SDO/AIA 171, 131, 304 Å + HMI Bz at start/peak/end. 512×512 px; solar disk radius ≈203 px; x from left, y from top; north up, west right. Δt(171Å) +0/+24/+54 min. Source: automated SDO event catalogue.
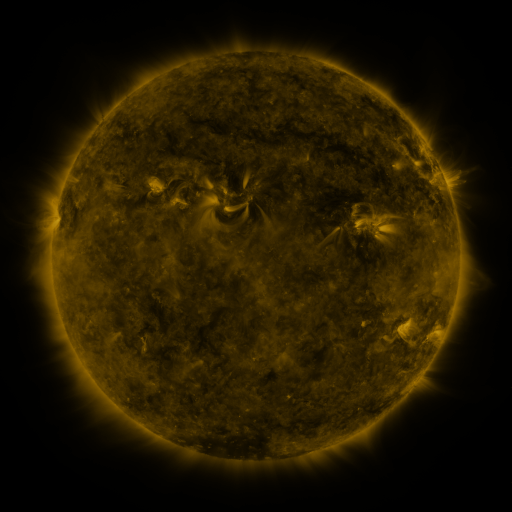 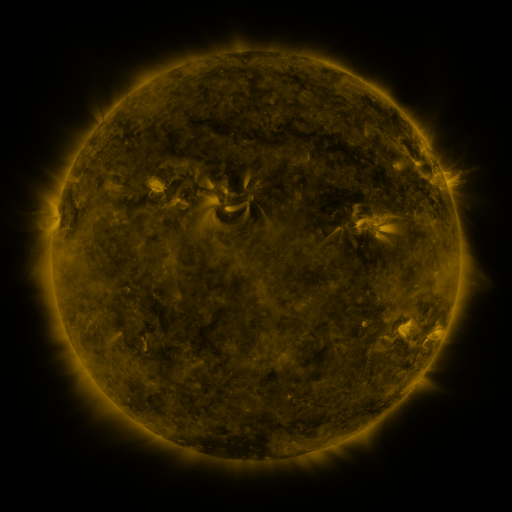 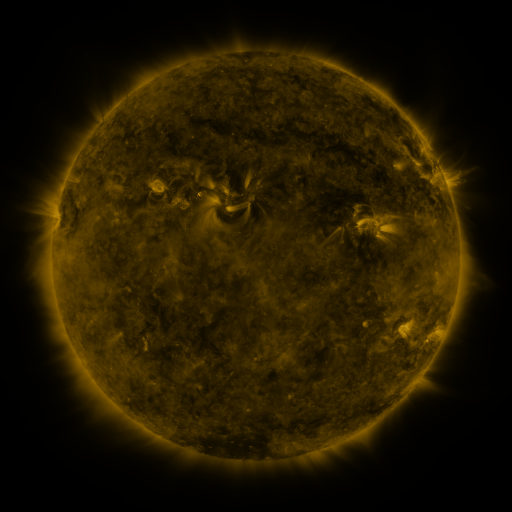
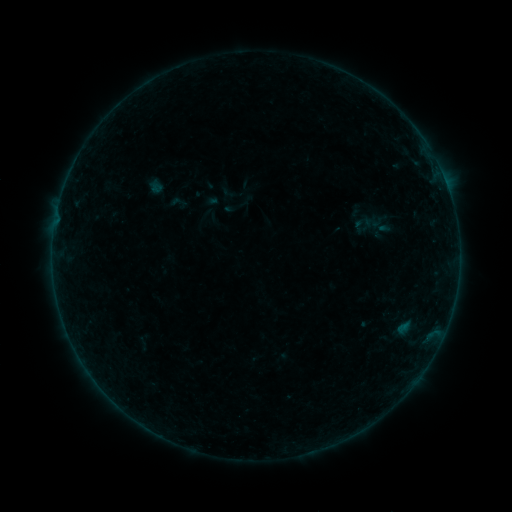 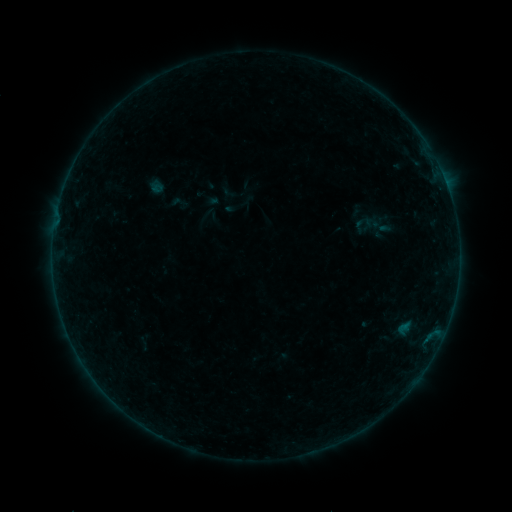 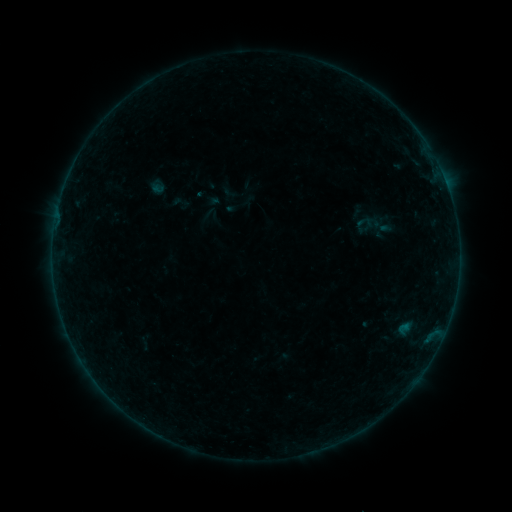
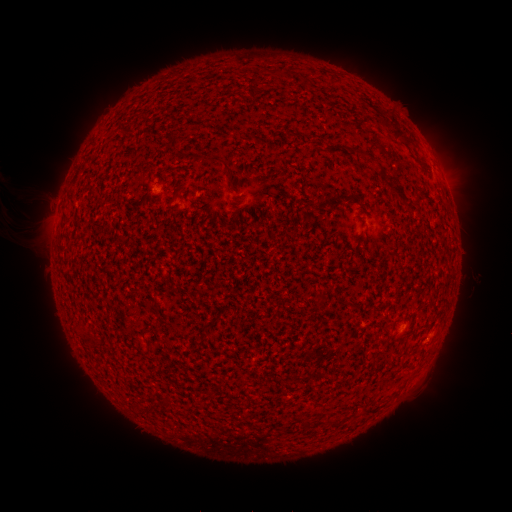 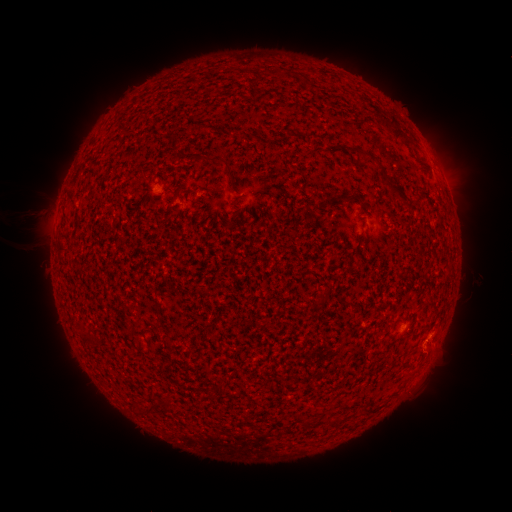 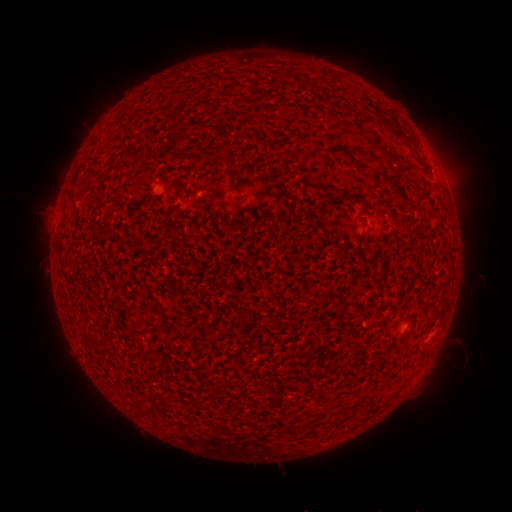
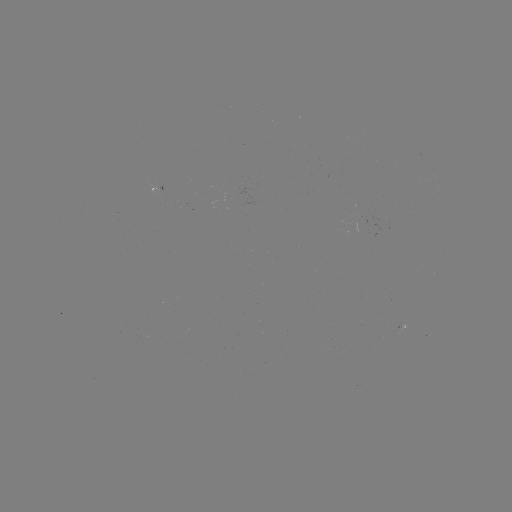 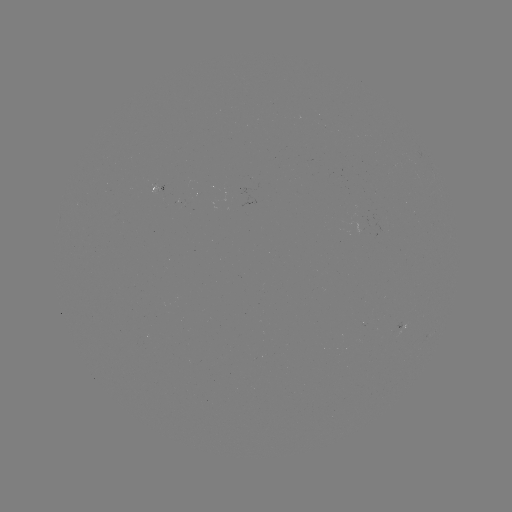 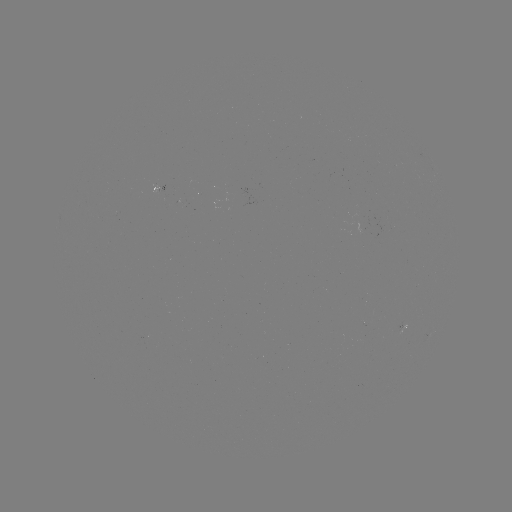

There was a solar eruption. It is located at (442, 356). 